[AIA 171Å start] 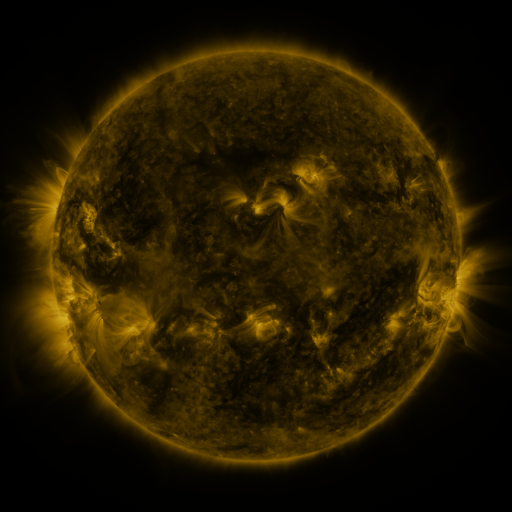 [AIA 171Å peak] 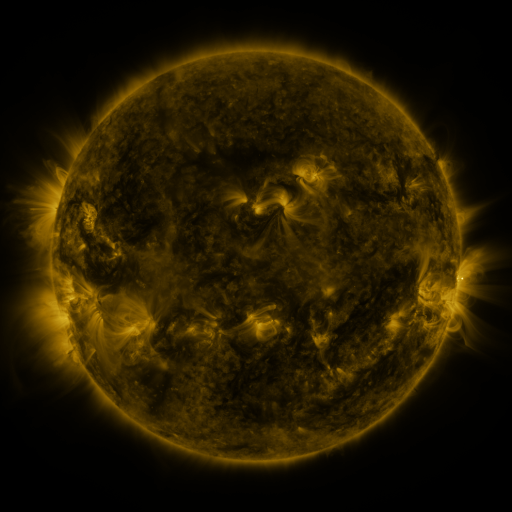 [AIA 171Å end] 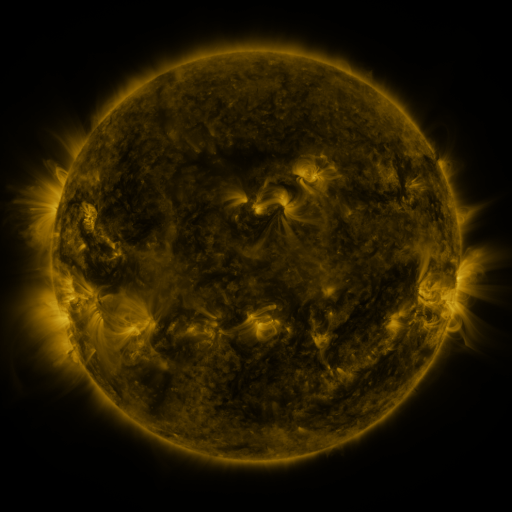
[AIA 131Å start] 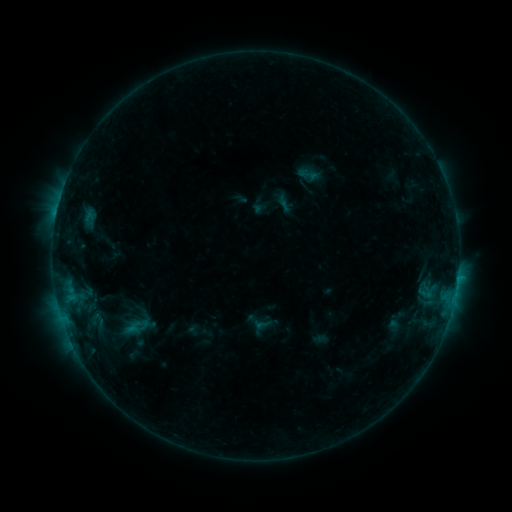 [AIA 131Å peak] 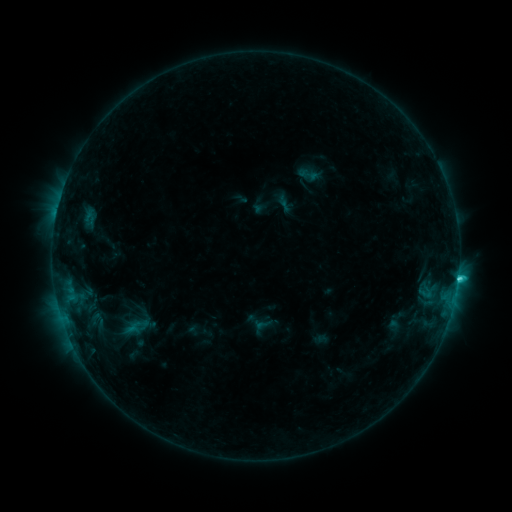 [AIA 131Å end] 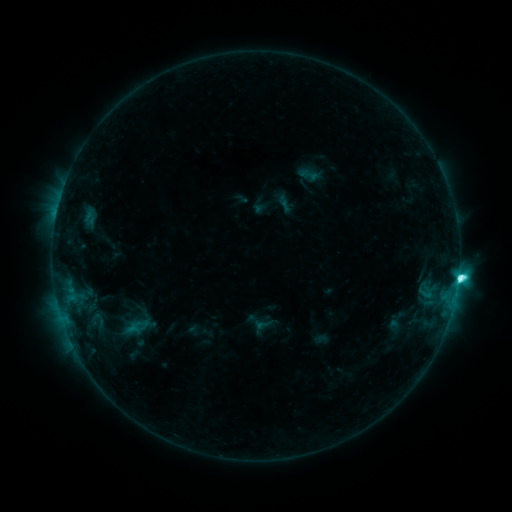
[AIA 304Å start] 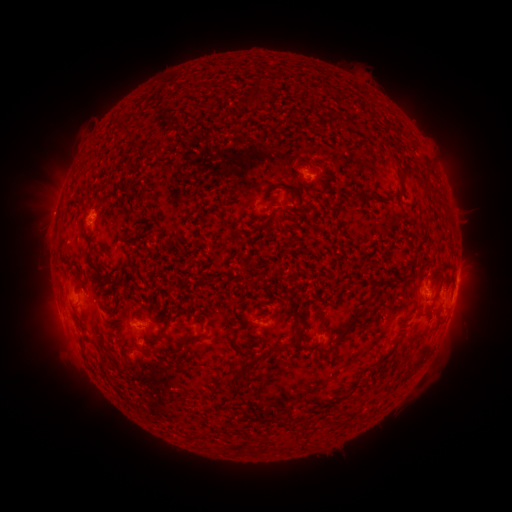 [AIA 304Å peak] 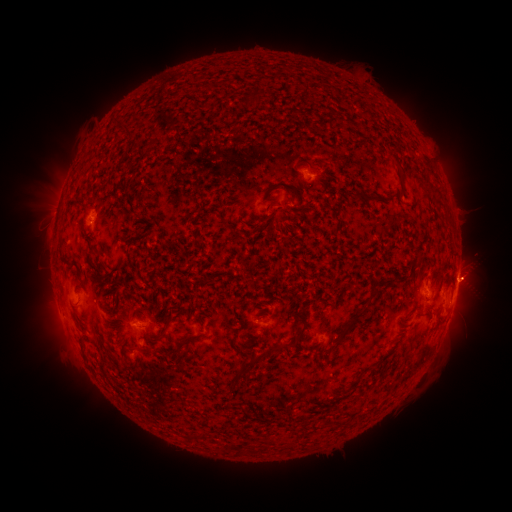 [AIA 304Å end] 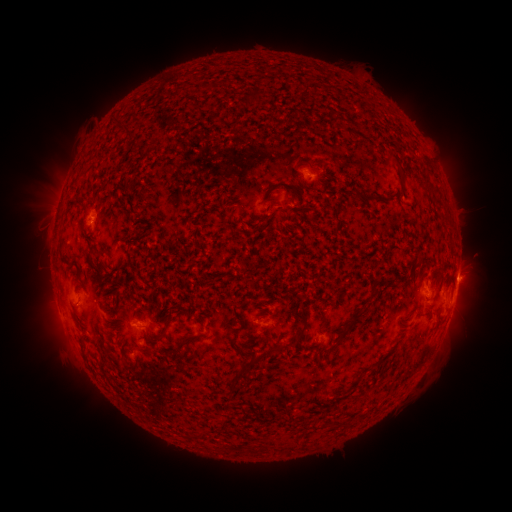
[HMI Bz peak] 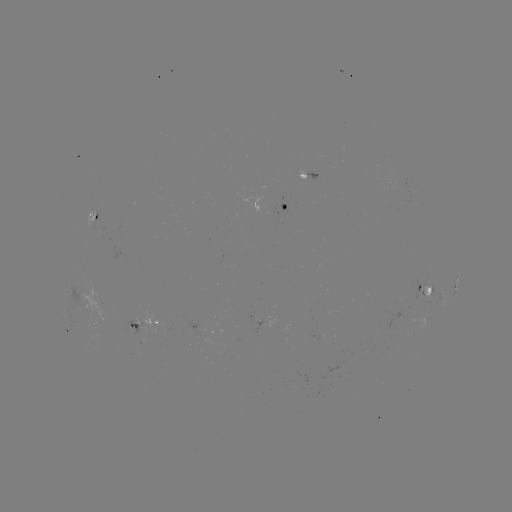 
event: eruption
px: (478, 275)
